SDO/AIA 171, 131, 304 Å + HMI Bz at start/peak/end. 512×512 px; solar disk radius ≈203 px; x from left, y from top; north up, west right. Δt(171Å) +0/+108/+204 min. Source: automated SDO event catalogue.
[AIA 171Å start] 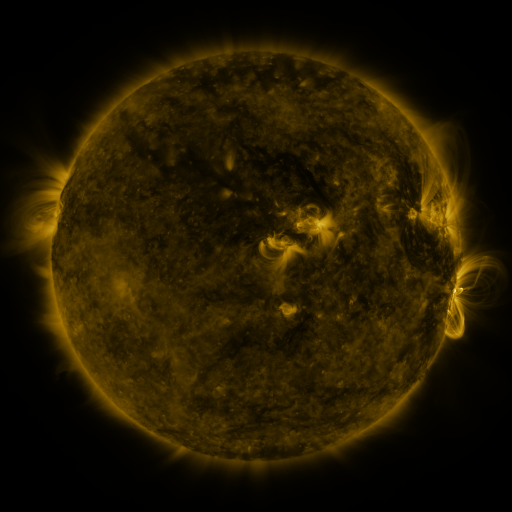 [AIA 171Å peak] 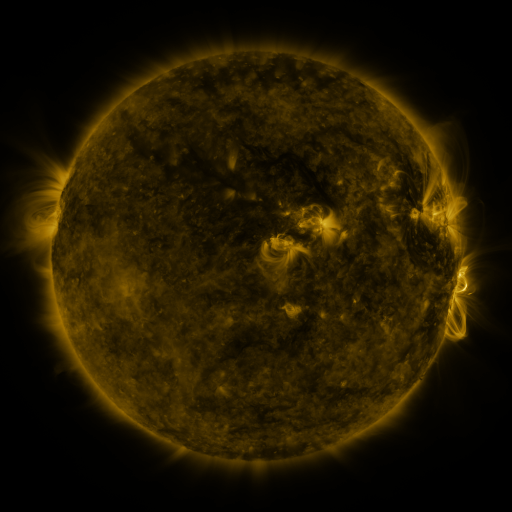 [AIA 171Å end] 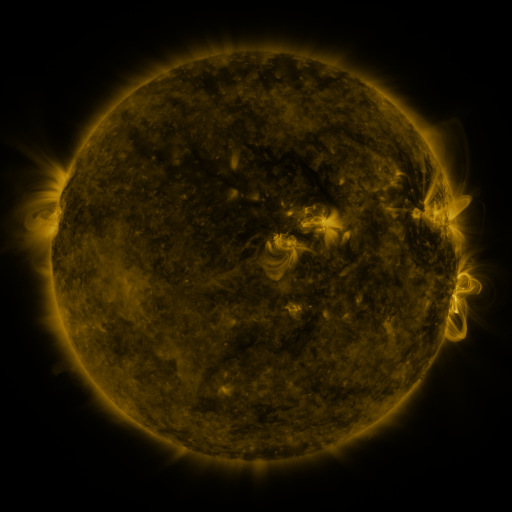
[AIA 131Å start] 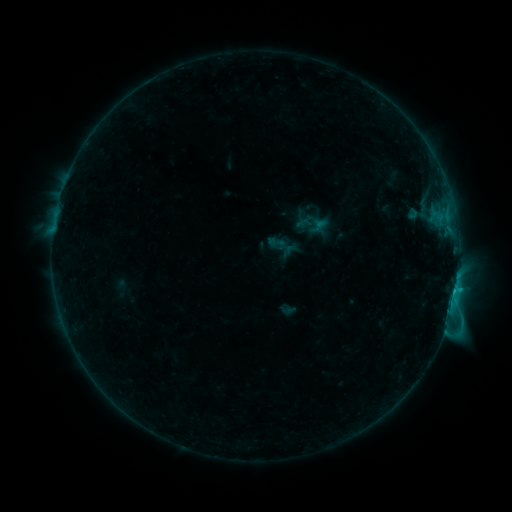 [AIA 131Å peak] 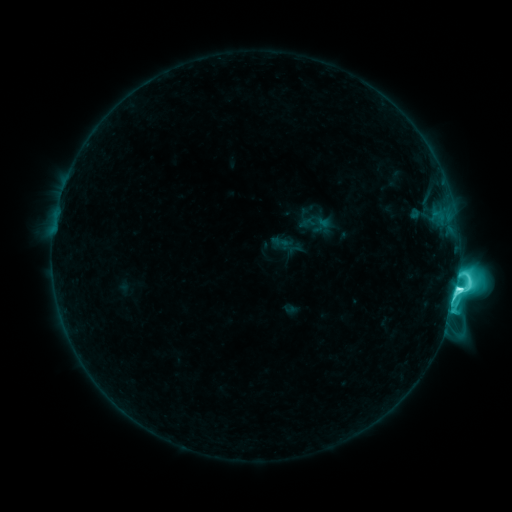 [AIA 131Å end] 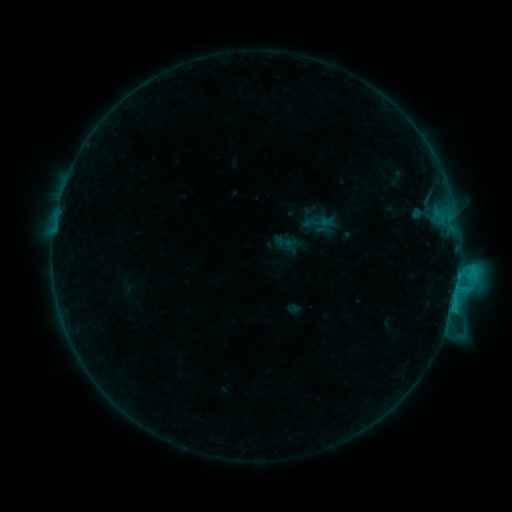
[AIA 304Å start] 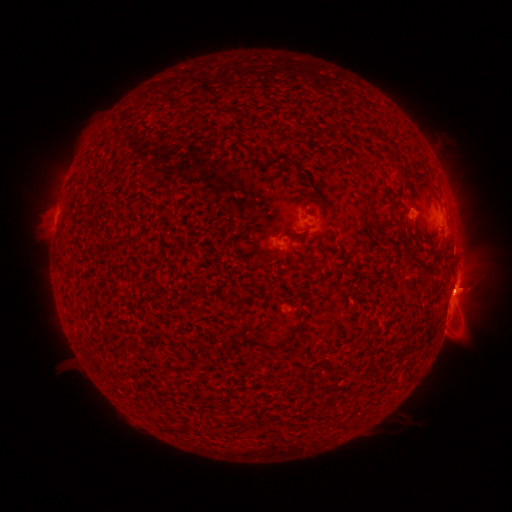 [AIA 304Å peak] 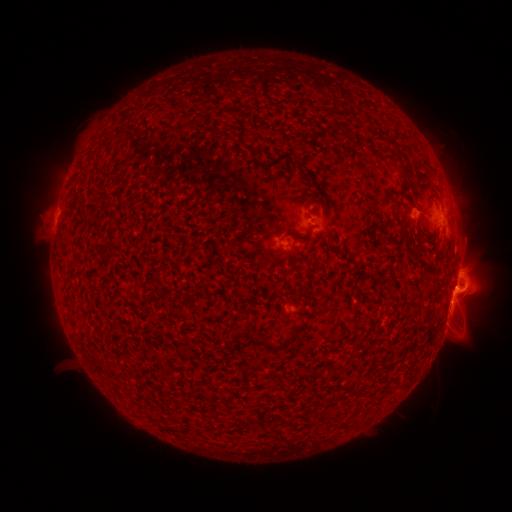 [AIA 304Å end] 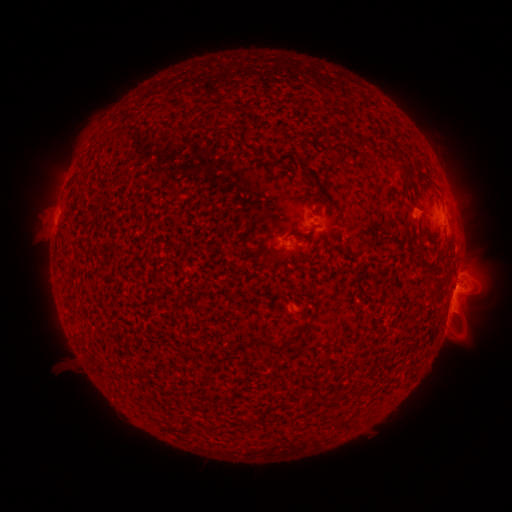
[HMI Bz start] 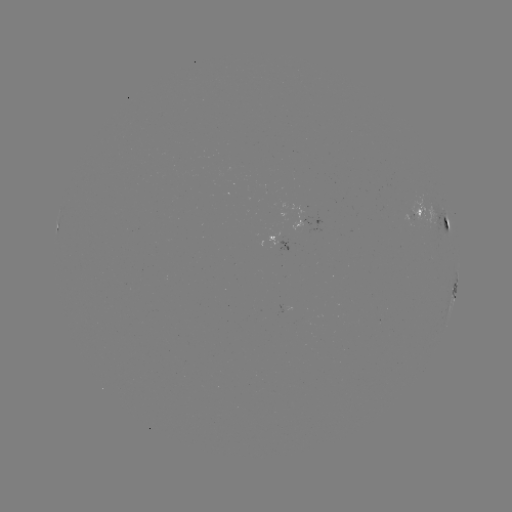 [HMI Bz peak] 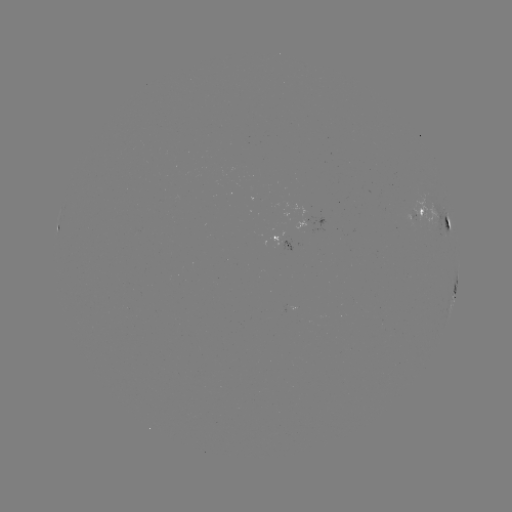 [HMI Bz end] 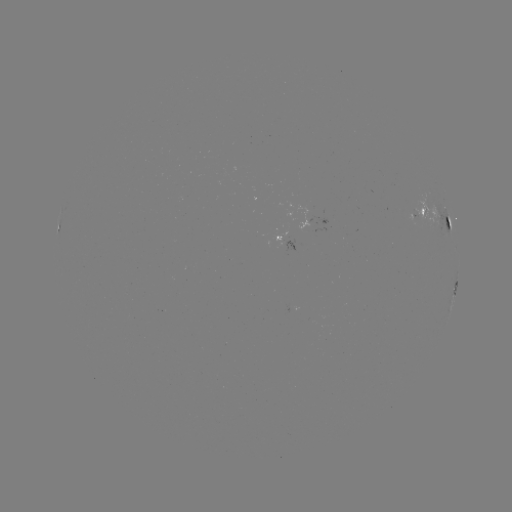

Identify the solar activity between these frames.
M1.1 flare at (456, 288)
